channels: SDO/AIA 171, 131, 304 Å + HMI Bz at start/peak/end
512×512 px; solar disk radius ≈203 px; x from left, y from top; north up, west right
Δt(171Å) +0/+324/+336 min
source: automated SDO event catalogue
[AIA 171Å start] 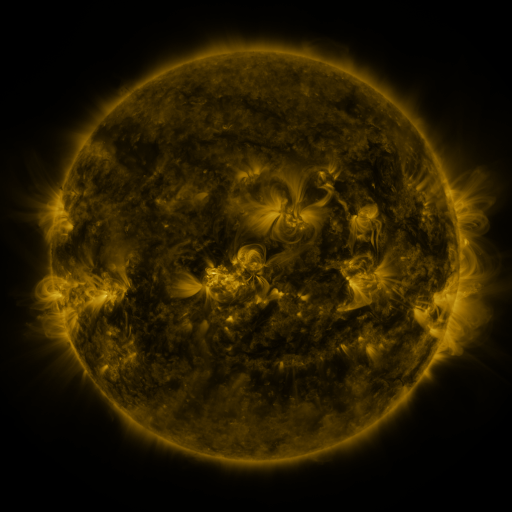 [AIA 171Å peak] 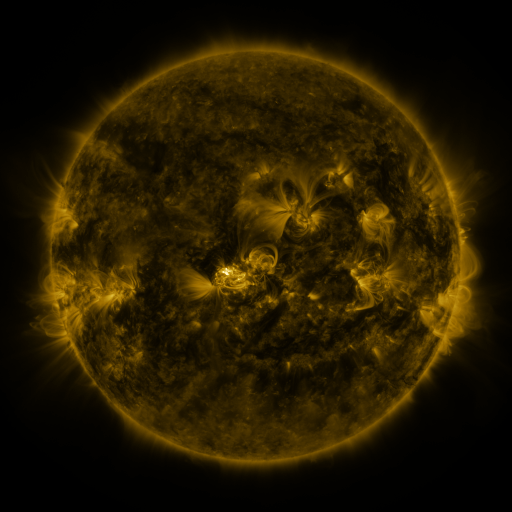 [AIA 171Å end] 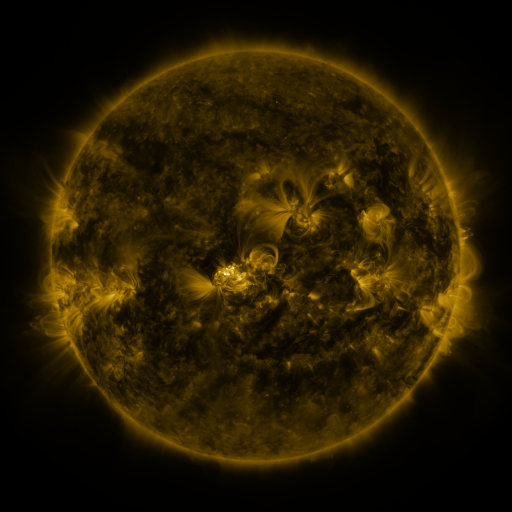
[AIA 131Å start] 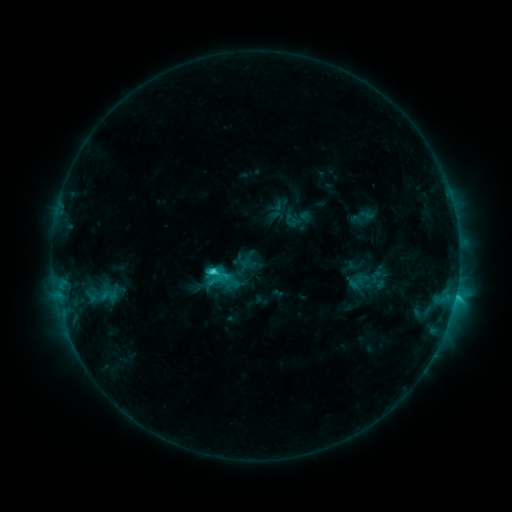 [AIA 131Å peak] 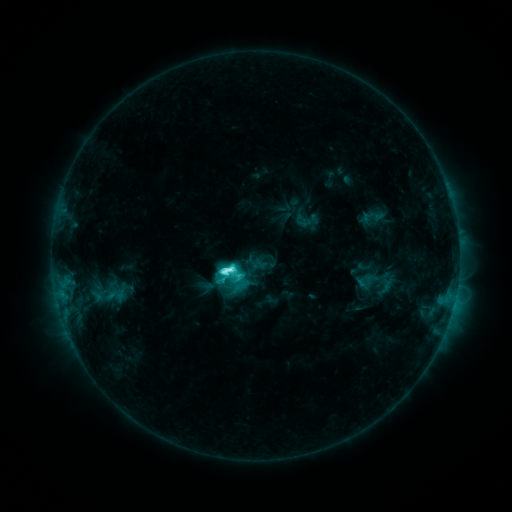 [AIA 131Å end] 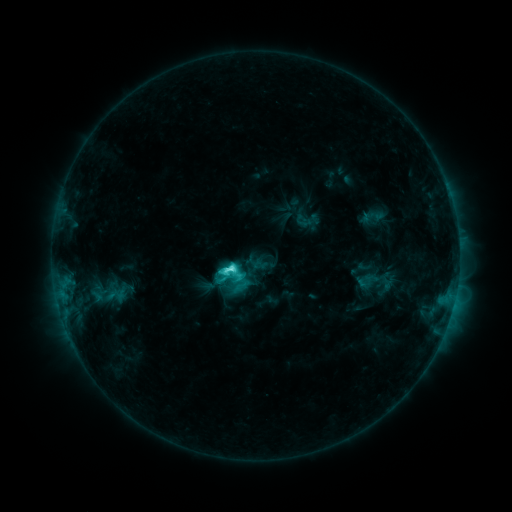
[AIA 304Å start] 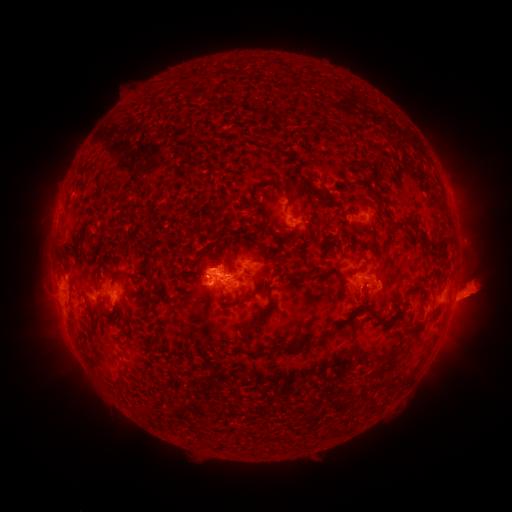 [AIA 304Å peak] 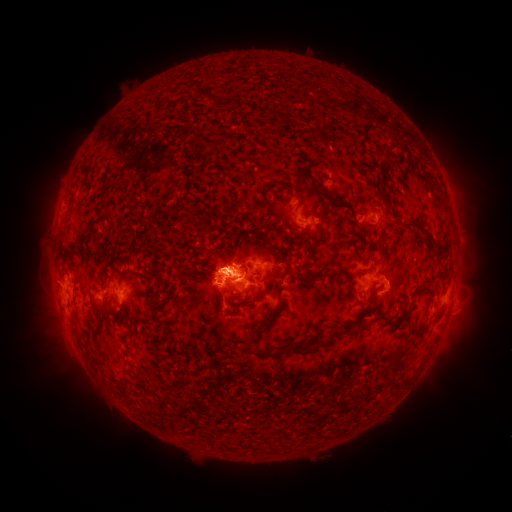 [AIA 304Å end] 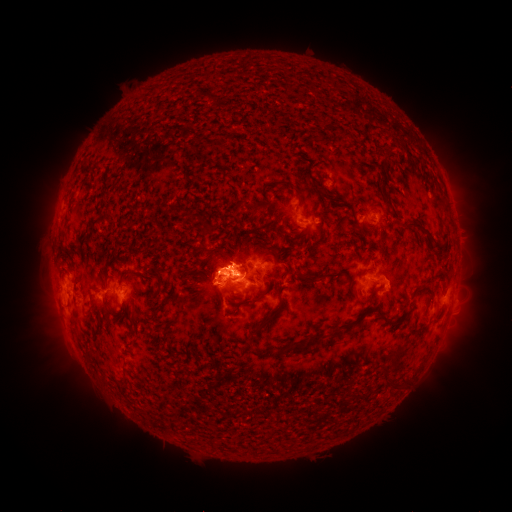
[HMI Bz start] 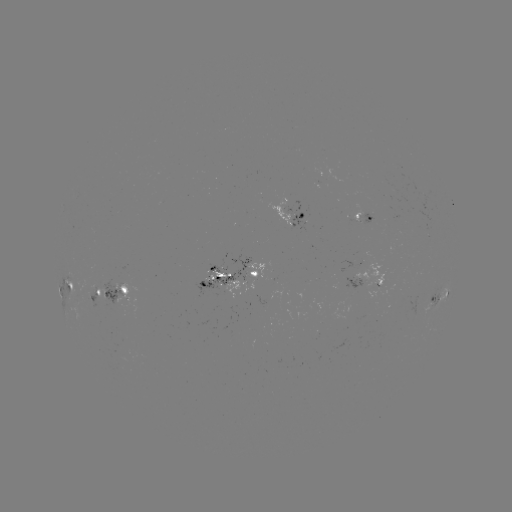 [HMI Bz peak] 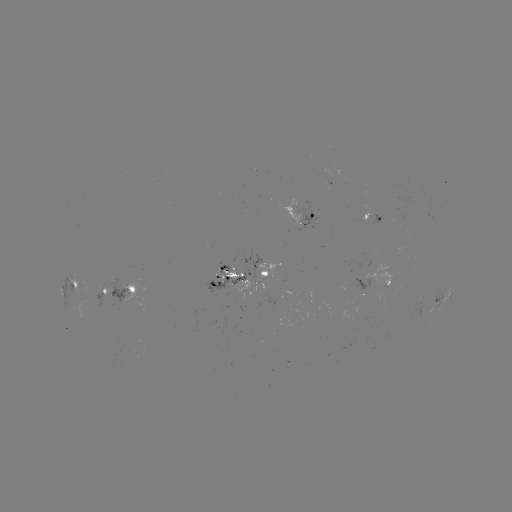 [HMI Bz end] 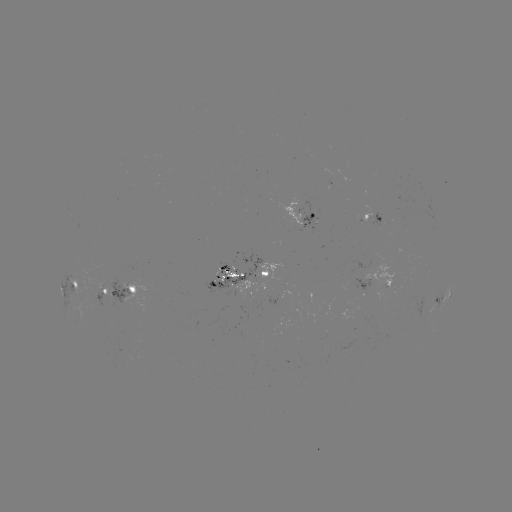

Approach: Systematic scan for emerging-flux region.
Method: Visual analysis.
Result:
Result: emerging-flux region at (234, 274).